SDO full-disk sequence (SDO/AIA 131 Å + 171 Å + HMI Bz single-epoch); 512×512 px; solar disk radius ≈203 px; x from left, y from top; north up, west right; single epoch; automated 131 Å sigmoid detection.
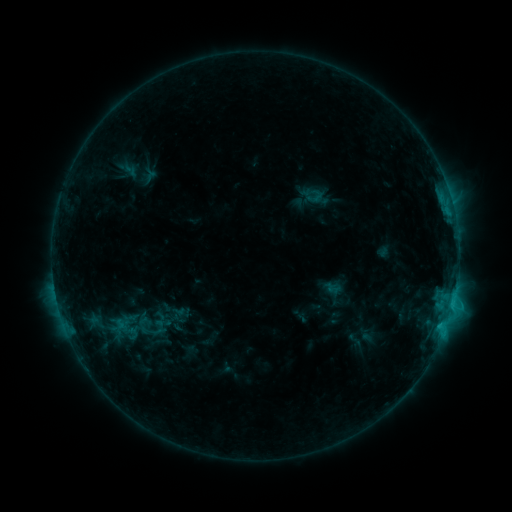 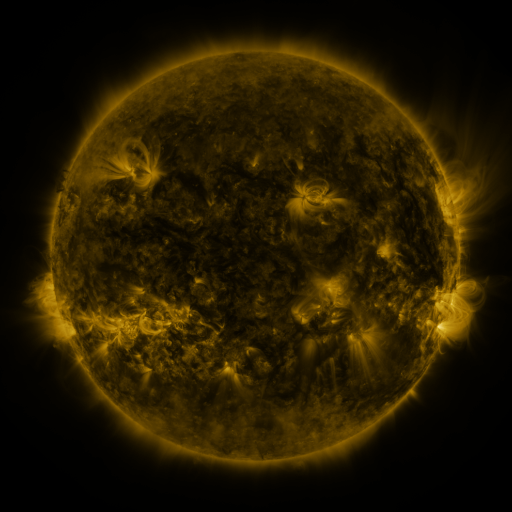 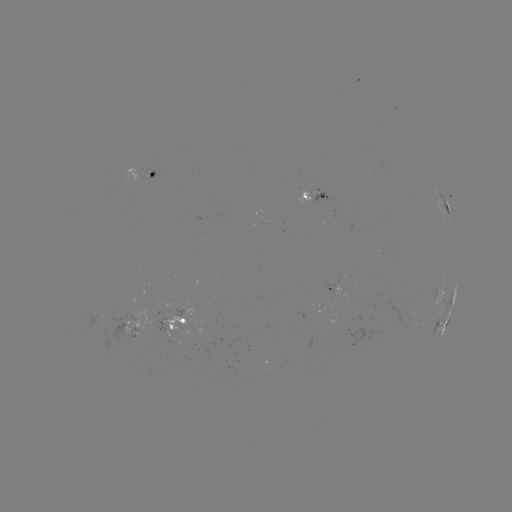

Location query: sigmoid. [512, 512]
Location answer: [160, 327].